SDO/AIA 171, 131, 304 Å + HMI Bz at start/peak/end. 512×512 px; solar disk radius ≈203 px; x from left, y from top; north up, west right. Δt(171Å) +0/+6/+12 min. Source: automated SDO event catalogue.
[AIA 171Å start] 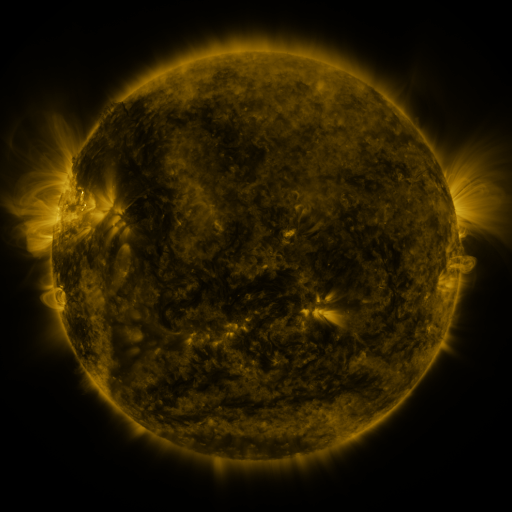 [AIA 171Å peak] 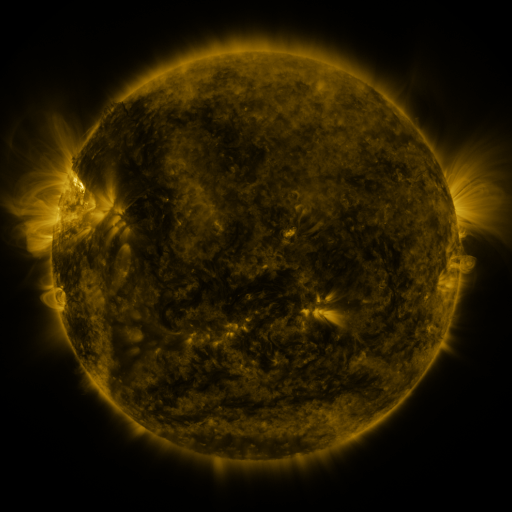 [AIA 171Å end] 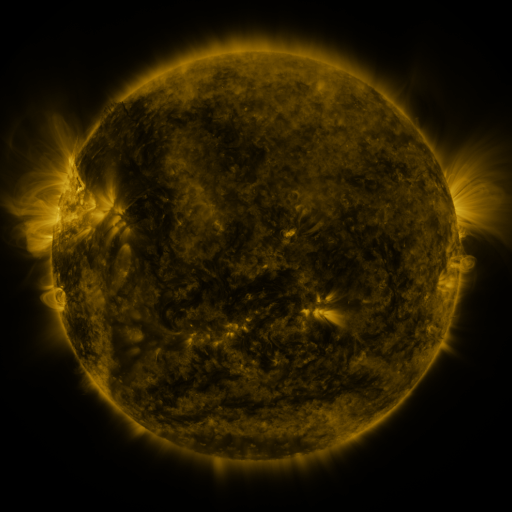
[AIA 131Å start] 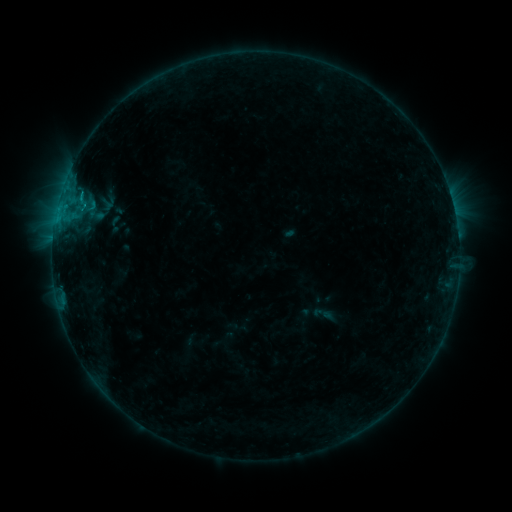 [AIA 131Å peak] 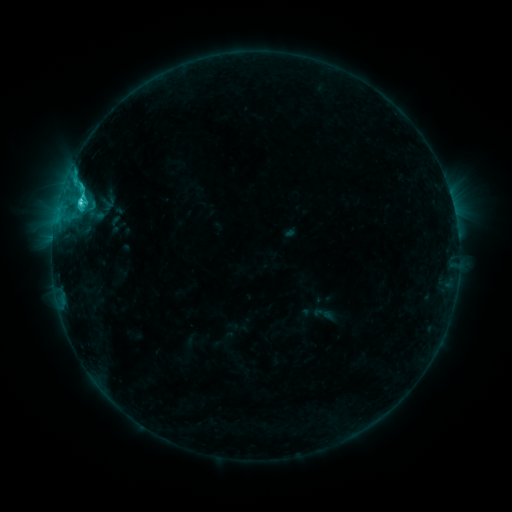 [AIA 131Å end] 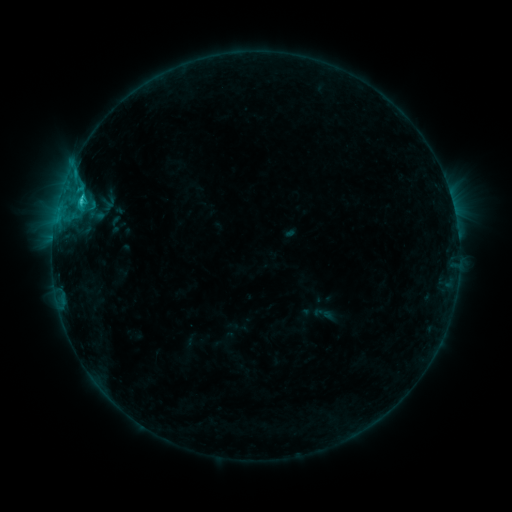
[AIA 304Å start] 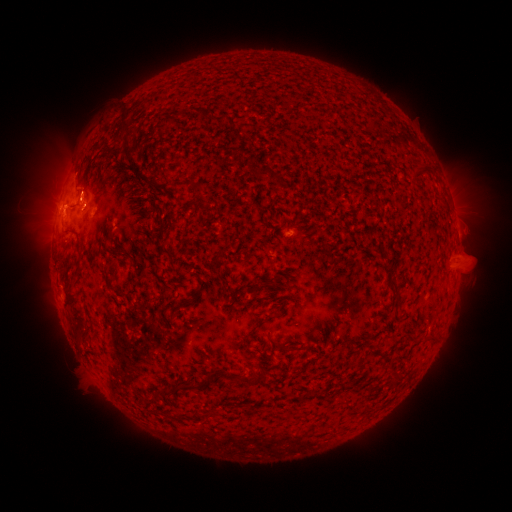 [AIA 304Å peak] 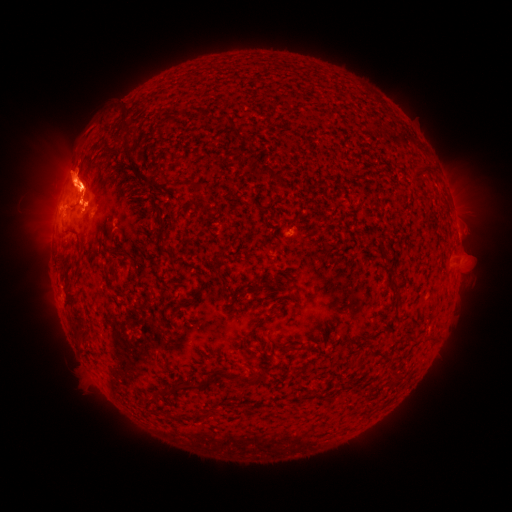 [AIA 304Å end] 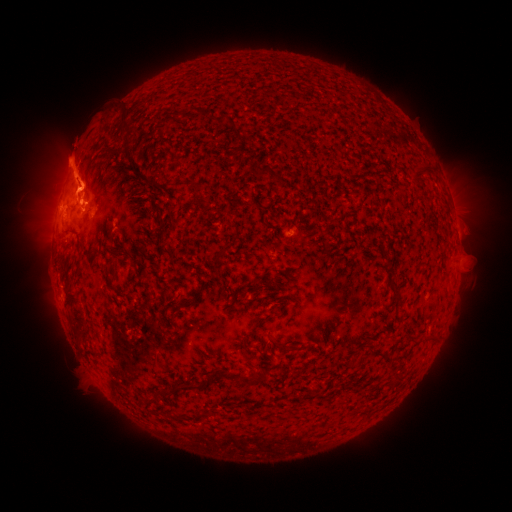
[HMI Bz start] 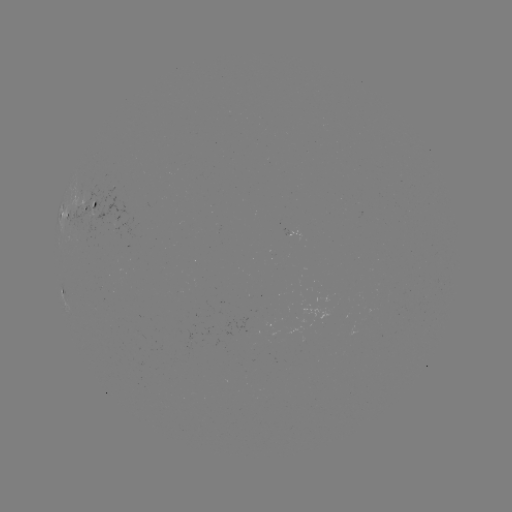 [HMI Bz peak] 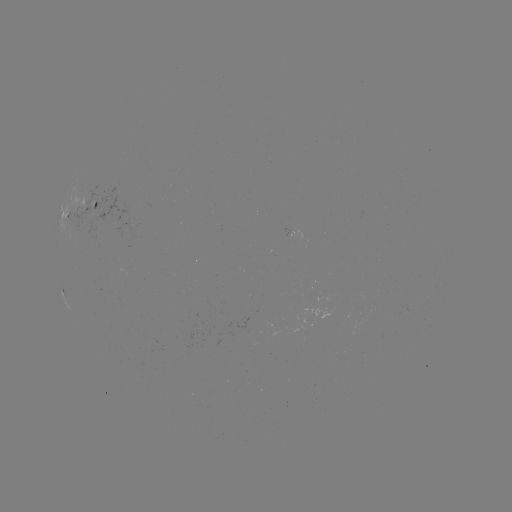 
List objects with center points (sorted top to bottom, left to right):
C2.4 flare: (80, 203)
